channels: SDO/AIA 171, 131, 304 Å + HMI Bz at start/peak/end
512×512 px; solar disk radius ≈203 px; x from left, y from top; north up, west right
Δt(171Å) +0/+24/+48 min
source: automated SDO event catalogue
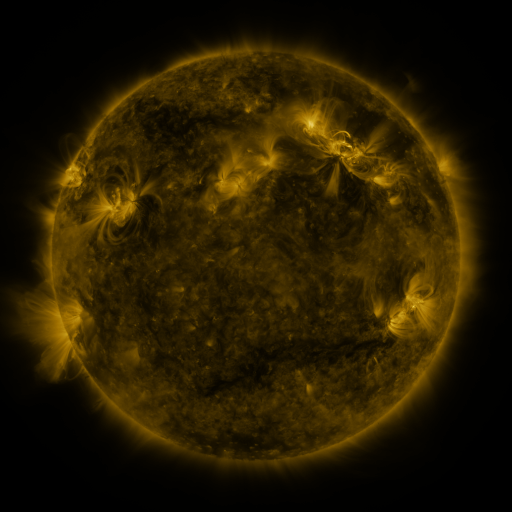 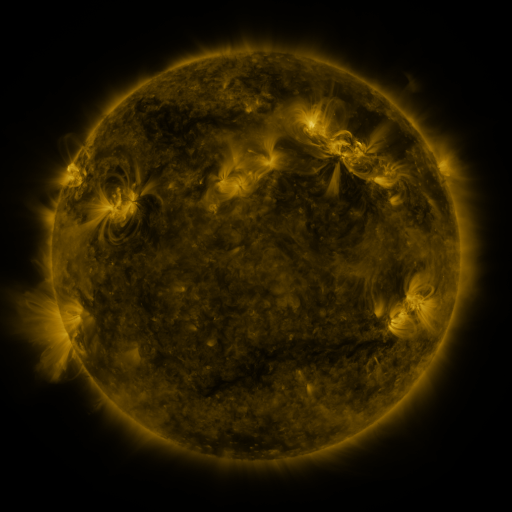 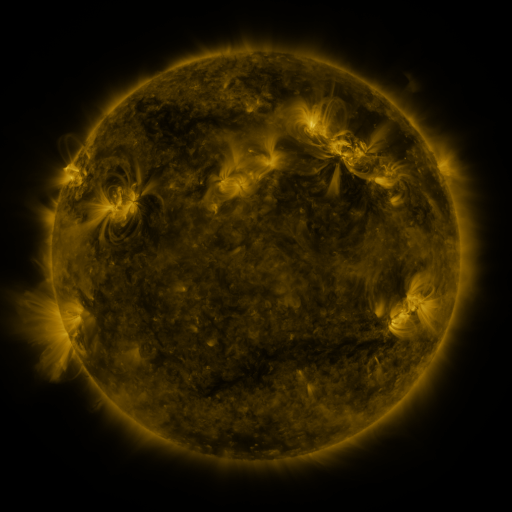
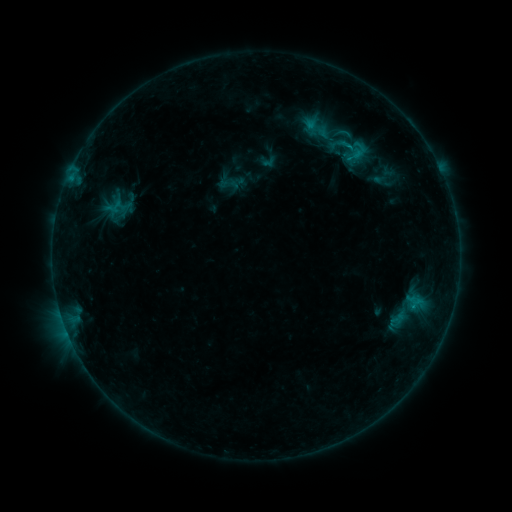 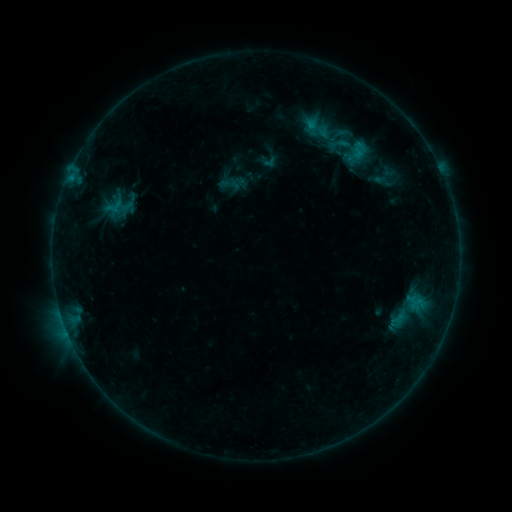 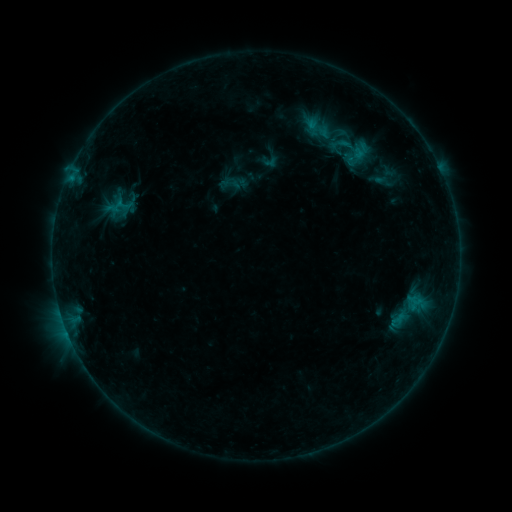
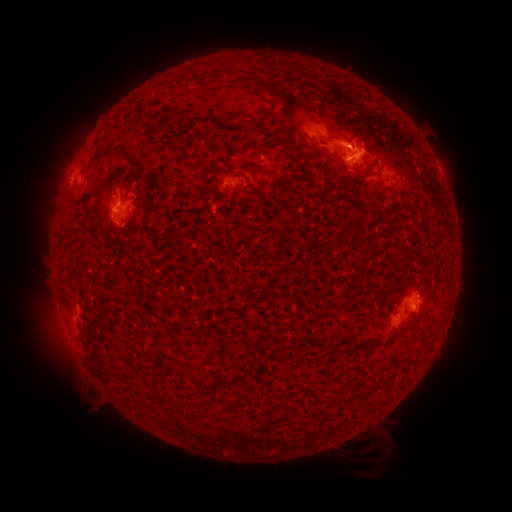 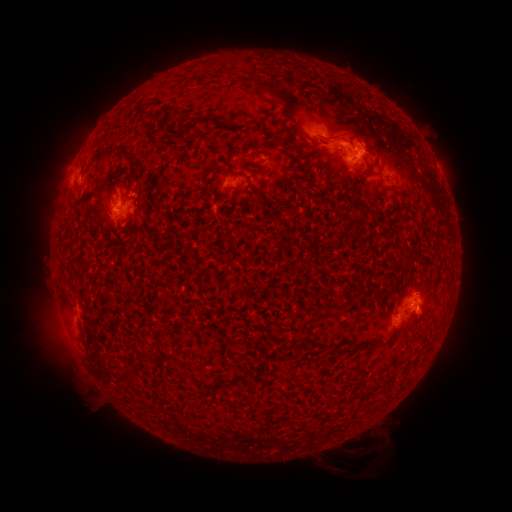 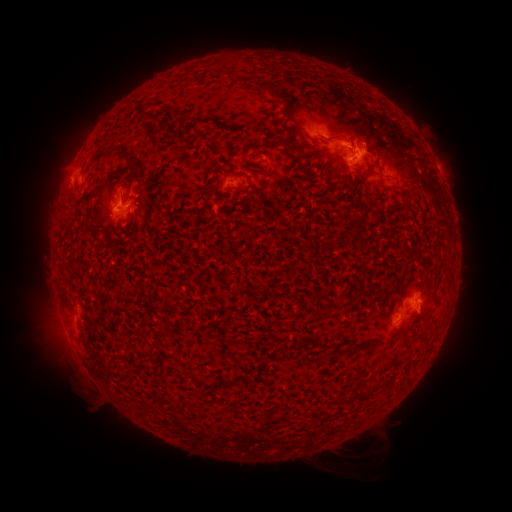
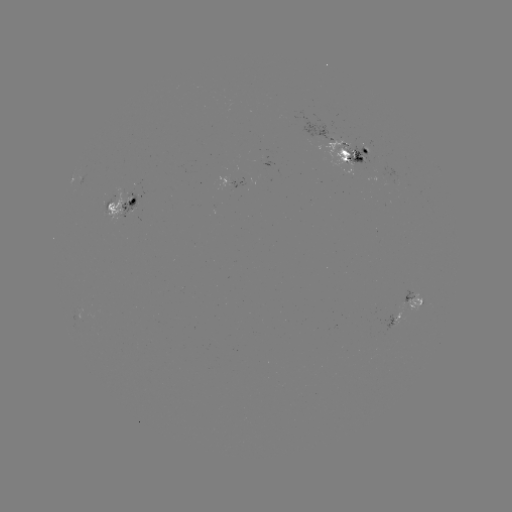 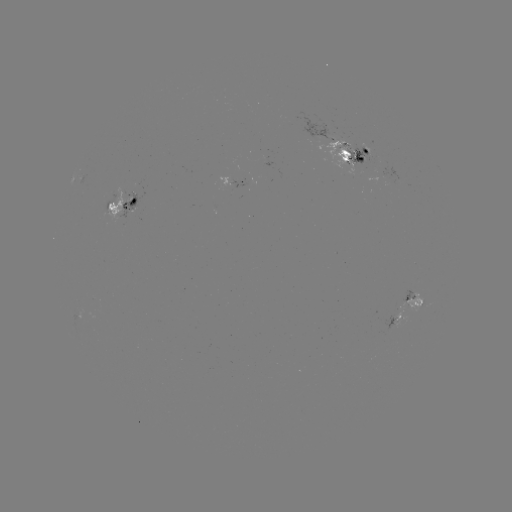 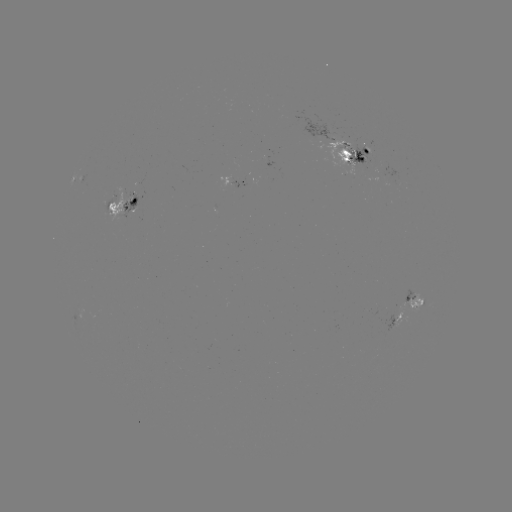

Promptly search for emerging-flux region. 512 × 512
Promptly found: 361,150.